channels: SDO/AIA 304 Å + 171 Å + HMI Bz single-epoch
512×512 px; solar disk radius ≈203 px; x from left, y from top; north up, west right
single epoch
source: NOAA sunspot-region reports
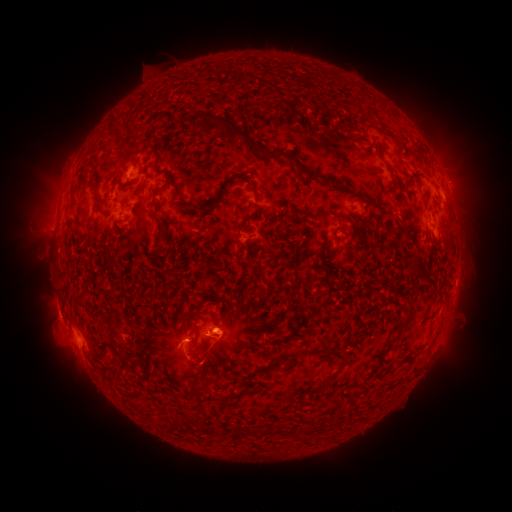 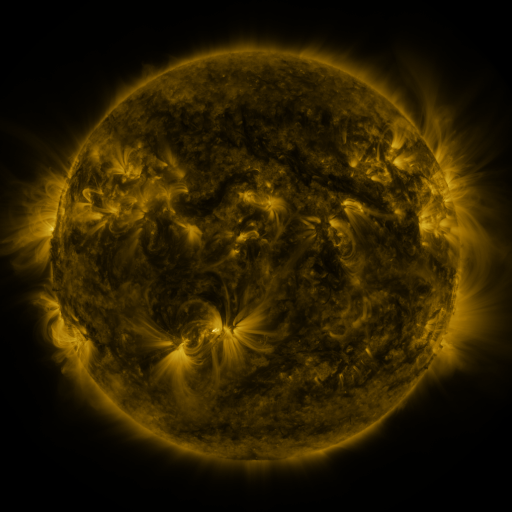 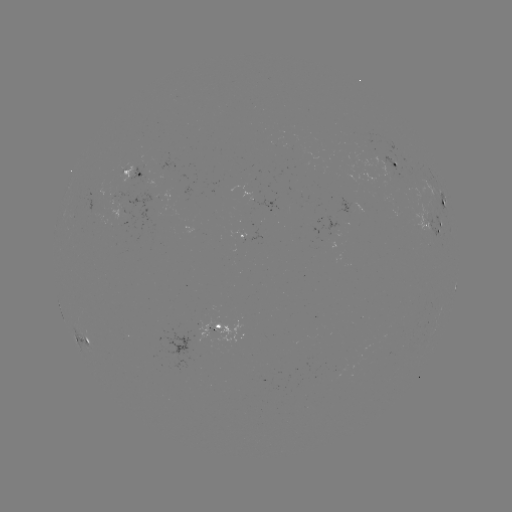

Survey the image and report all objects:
spotted active region: (395, 165)
spotted active region: (133, 173)
spotted active region: (350, 204)
spotted active region: (444, 206)
spotted active region: (436, 228)
spotted active region: (241, 233)
spotted active region: (455, 285)
spotted active region: (222, 327)
spotted active region: (86, 339)
